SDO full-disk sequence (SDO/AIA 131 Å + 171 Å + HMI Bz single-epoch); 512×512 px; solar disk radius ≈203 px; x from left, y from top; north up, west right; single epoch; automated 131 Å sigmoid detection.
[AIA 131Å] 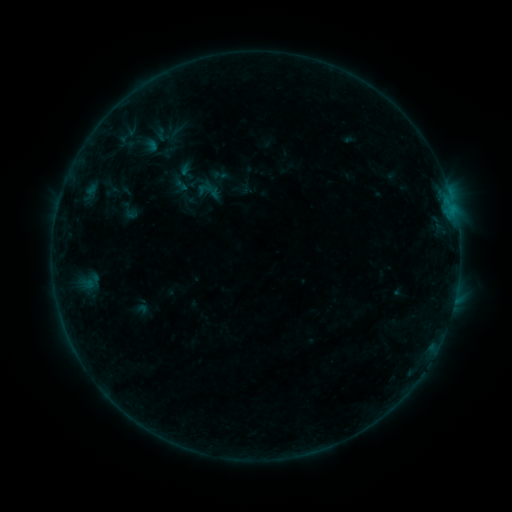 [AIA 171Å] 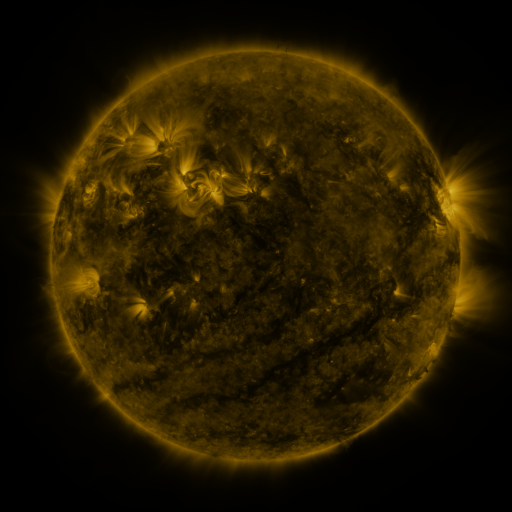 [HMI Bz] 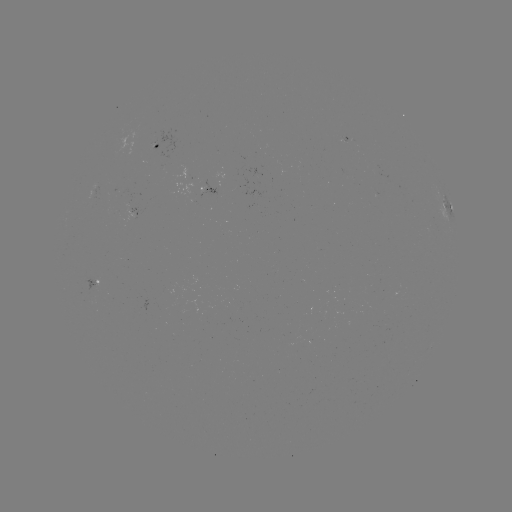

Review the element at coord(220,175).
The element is sigmoid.